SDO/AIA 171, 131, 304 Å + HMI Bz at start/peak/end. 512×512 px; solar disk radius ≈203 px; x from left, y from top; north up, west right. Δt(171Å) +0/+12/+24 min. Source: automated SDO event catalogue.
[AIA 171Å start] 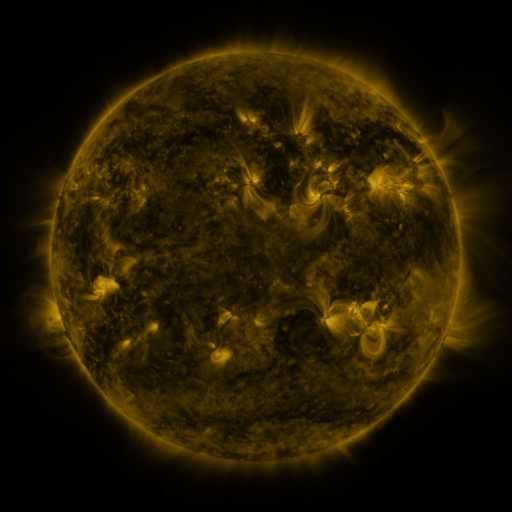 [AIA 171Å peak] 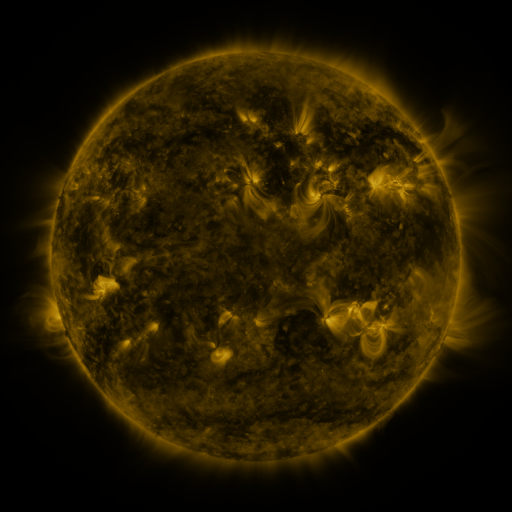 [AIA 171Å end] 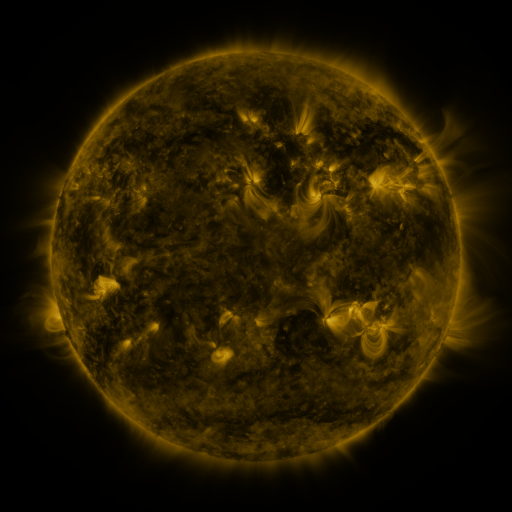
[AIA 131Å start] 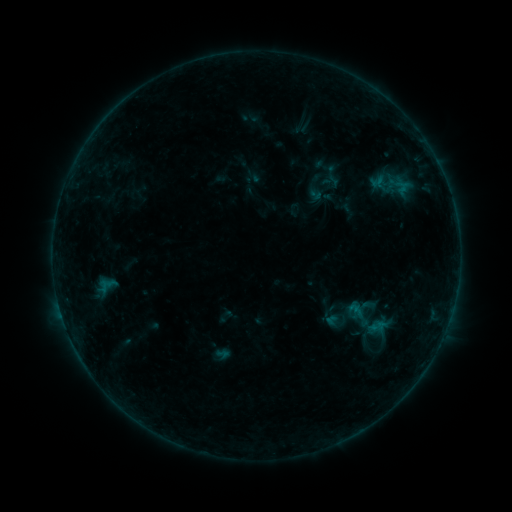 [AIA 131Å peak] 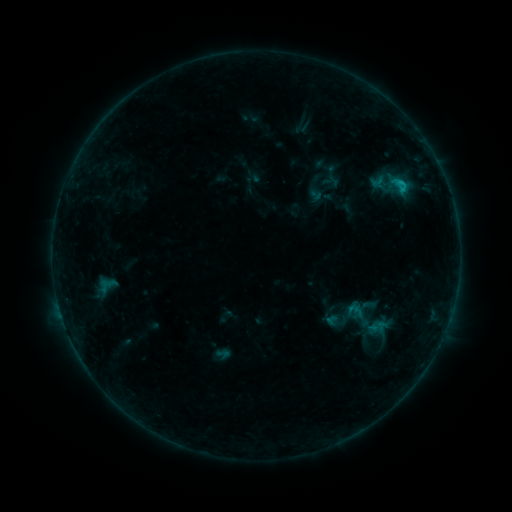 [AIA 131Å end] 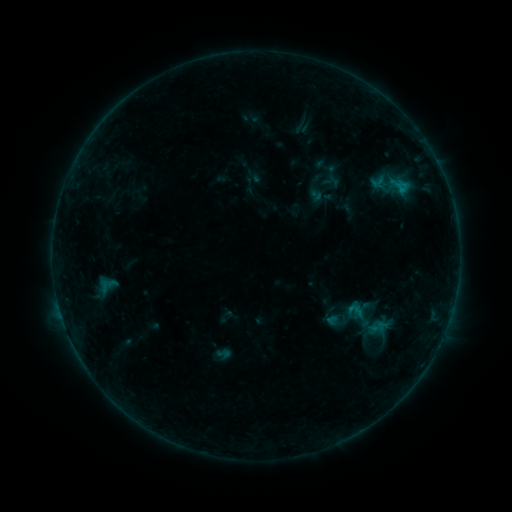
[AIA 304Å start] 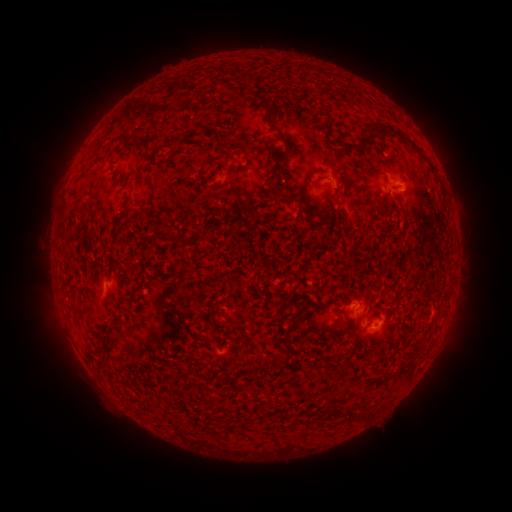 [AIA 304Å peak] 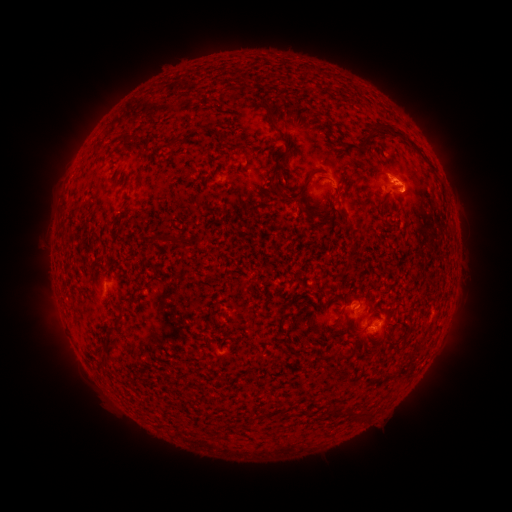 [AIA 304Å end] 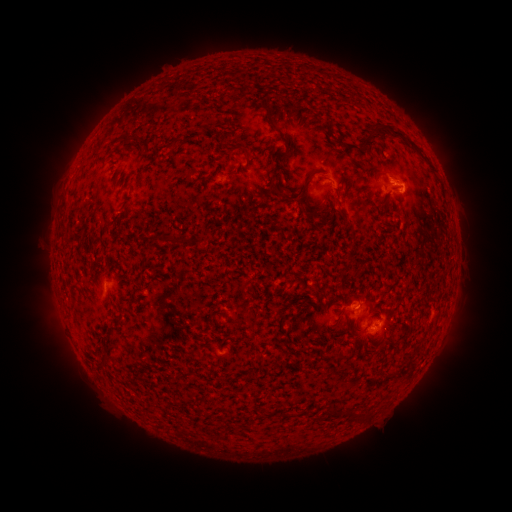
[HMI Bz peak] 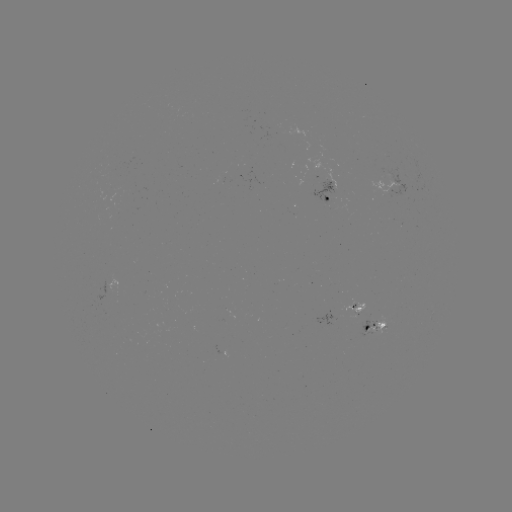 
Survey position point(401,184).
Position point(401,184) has B8.6 flare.